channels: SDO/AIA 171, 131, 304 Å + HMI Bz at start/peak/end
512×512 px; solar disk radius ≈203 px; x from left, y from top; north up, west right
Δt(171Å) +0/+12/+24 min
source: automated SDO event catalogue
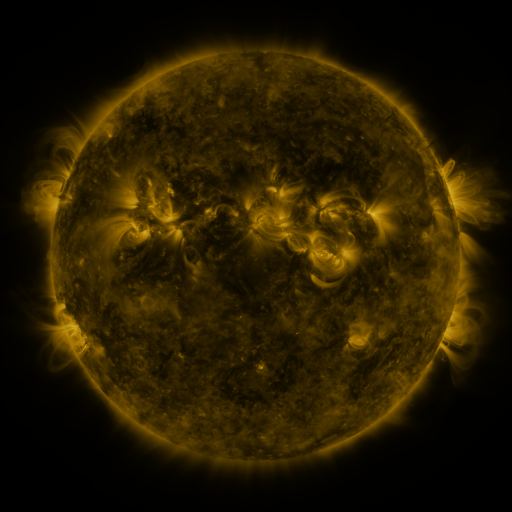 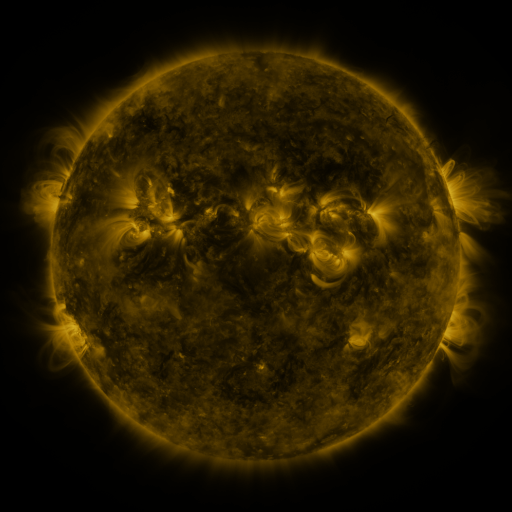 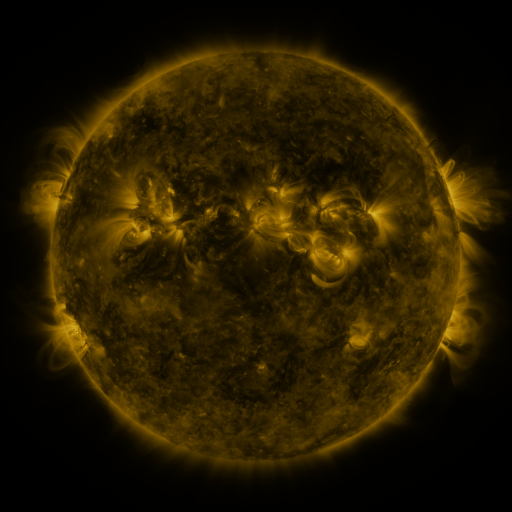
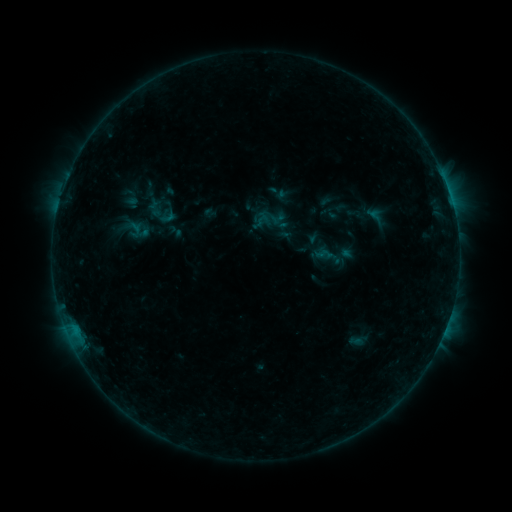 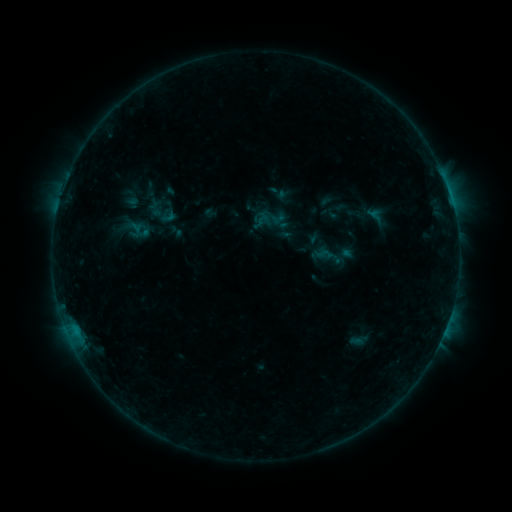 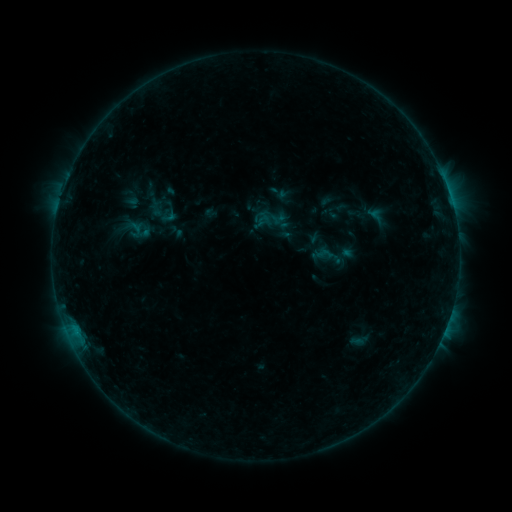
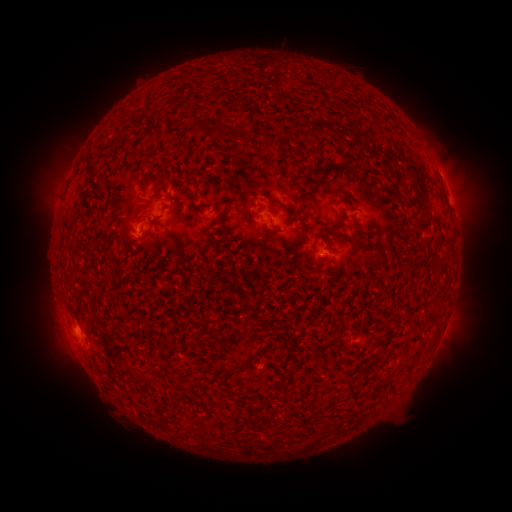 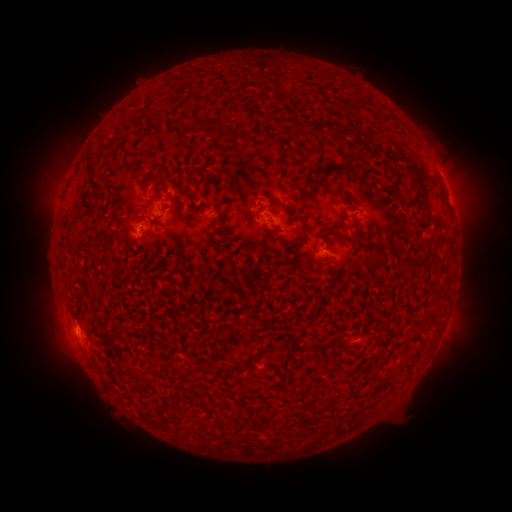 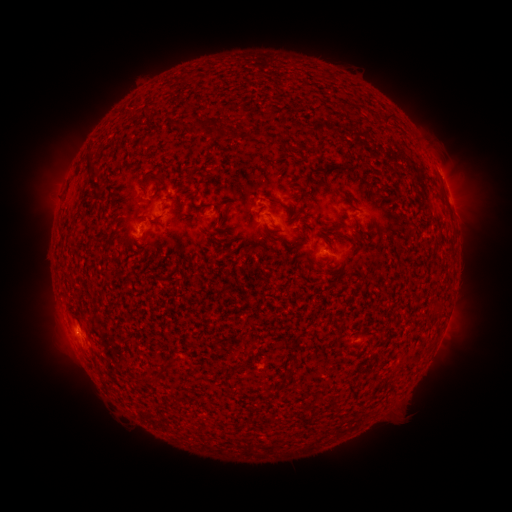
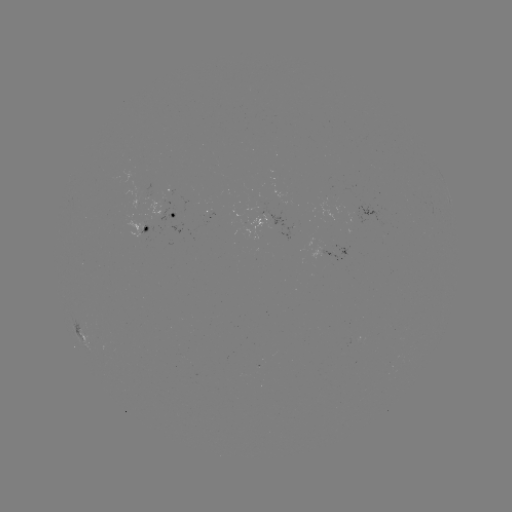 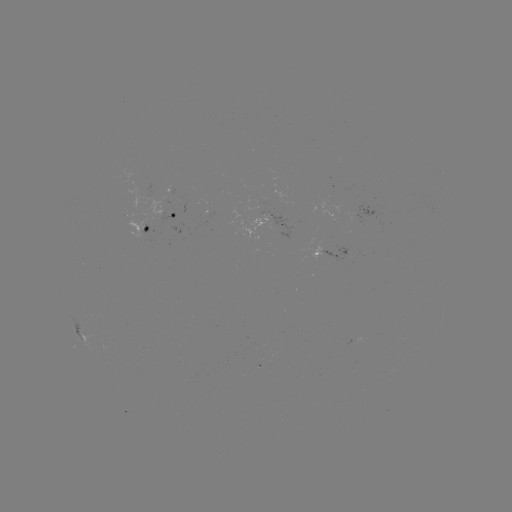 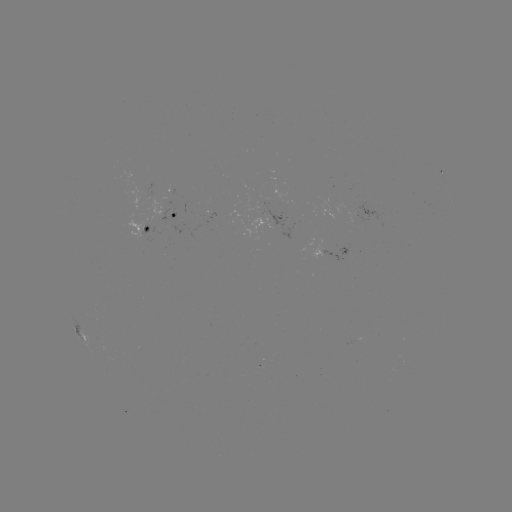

no classed flare was catalogued and no EUV brightening was flagged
